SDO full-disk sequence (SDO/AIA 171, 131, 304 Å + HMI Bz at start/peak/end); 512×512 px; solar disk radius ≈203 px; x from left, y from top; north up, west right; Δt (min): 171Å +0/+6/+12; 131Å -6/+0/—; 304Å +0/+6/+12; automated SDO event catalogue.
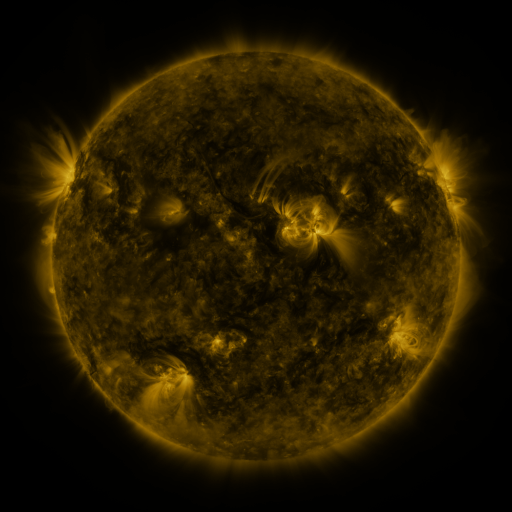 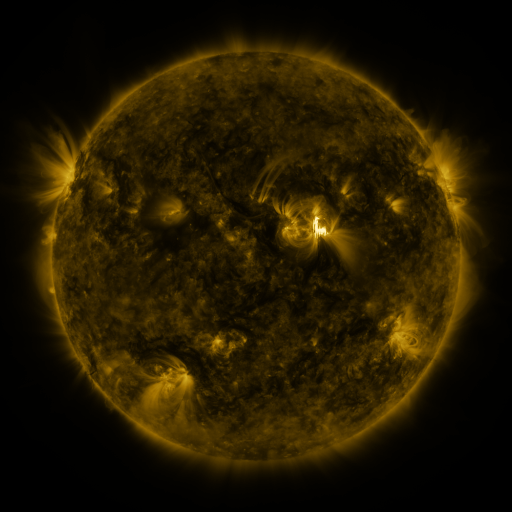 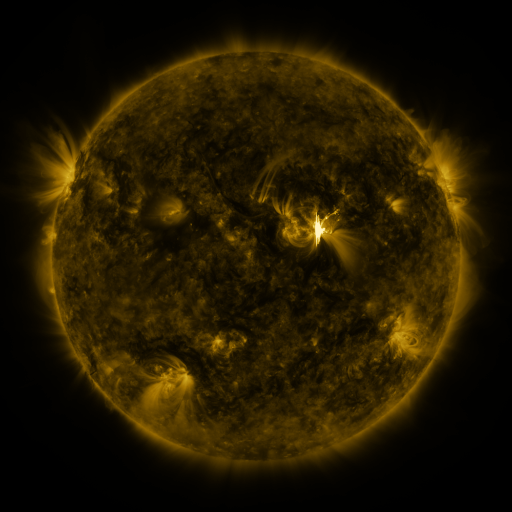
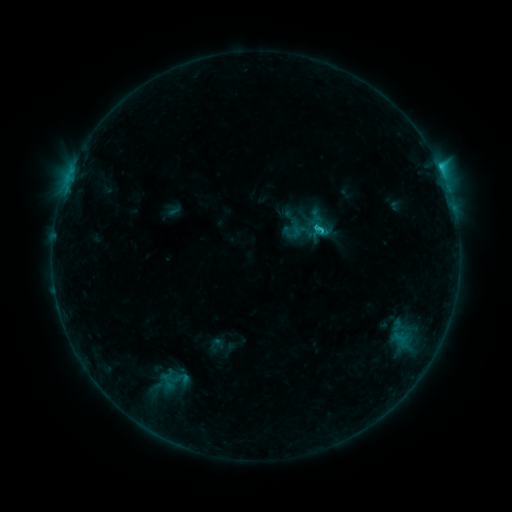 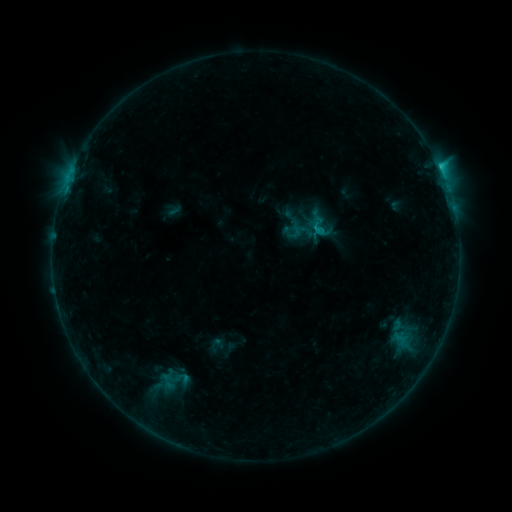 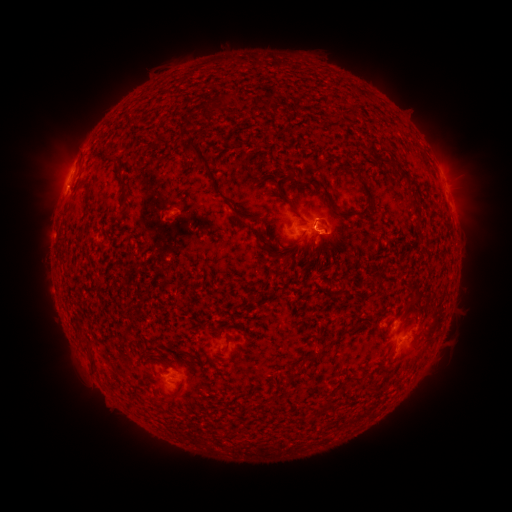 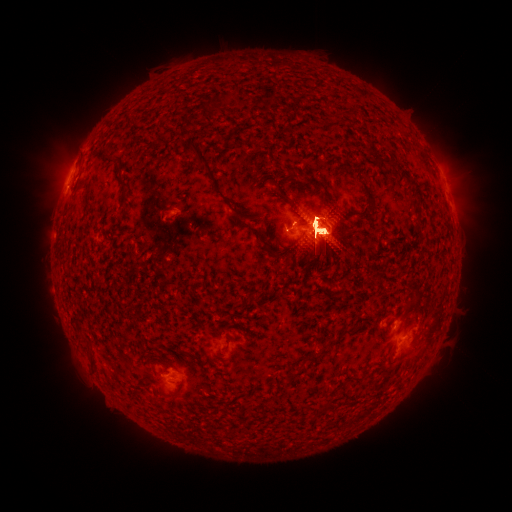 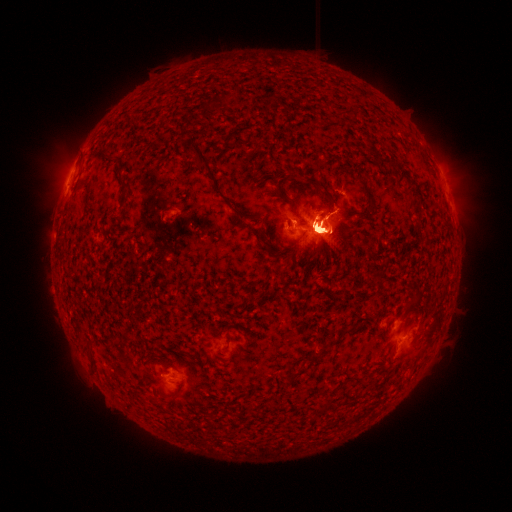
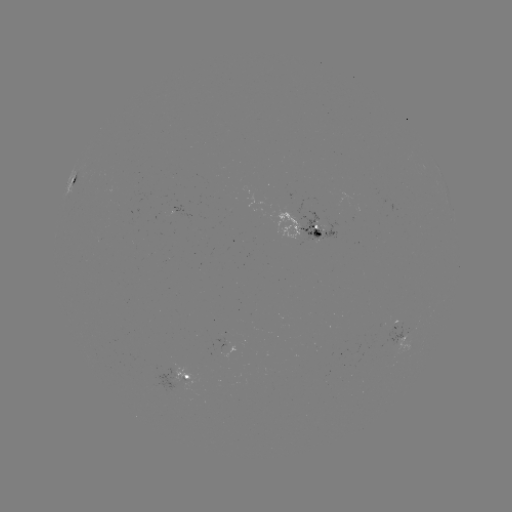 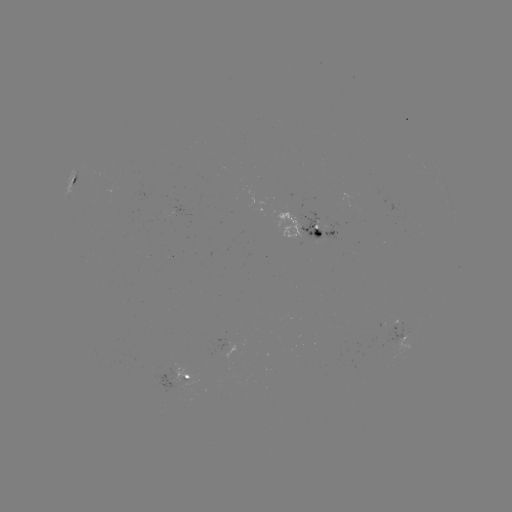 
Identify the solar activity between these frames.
X2.1 flare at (317, 230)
